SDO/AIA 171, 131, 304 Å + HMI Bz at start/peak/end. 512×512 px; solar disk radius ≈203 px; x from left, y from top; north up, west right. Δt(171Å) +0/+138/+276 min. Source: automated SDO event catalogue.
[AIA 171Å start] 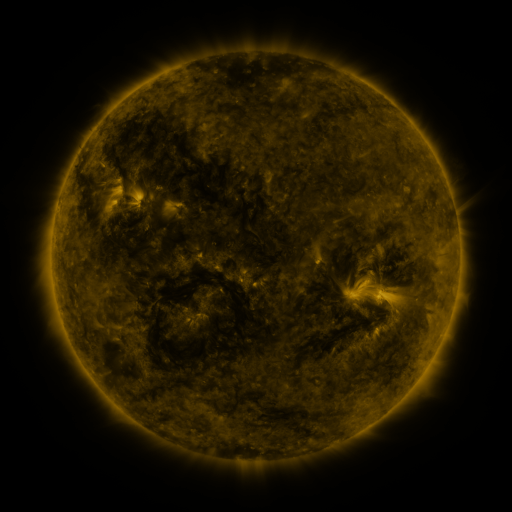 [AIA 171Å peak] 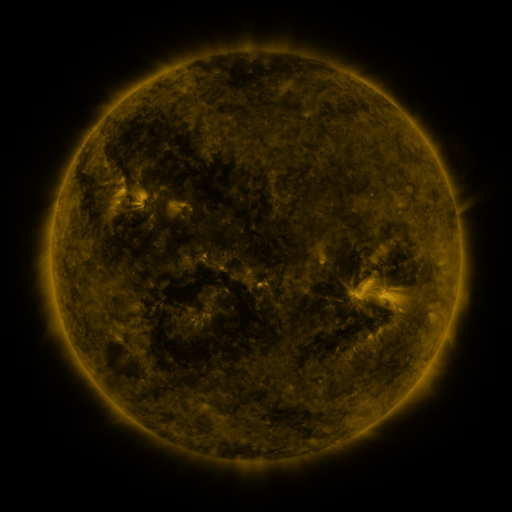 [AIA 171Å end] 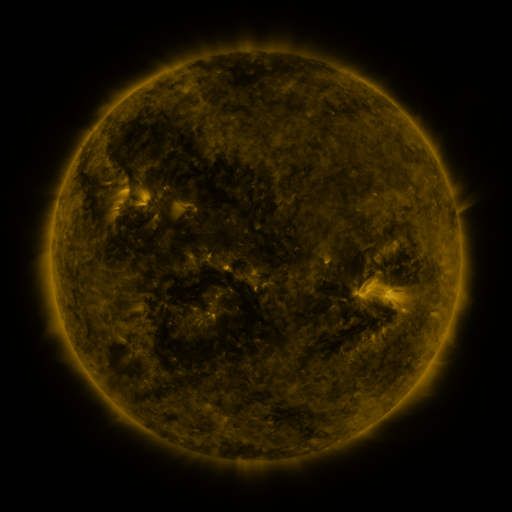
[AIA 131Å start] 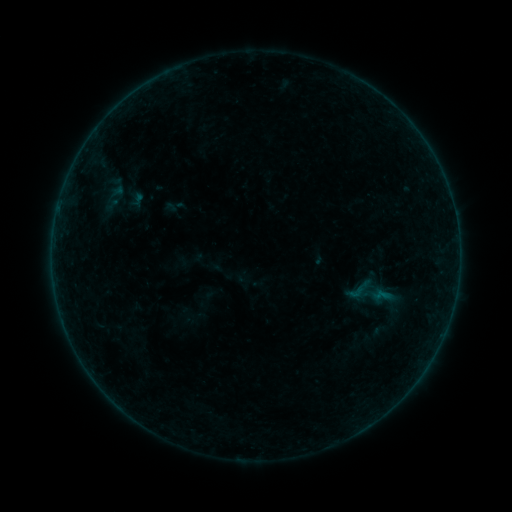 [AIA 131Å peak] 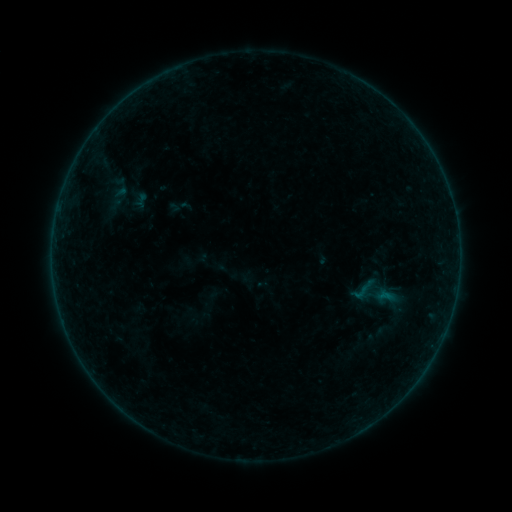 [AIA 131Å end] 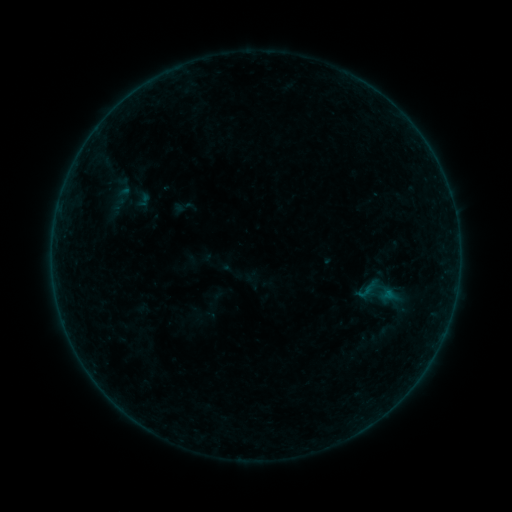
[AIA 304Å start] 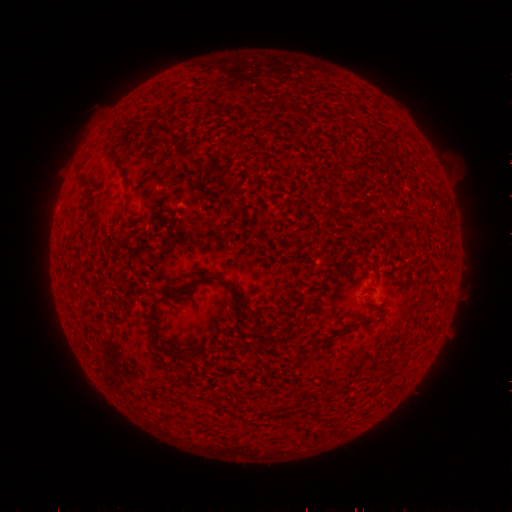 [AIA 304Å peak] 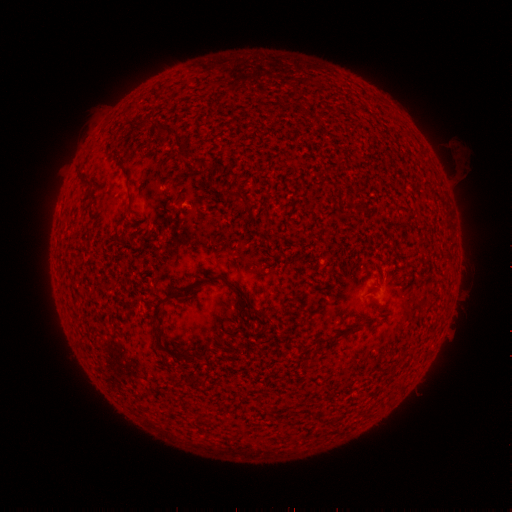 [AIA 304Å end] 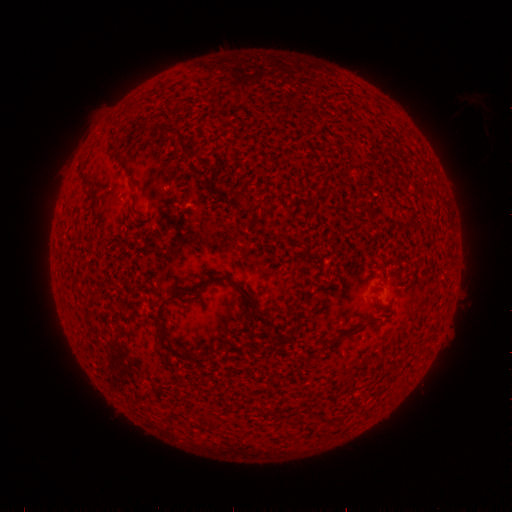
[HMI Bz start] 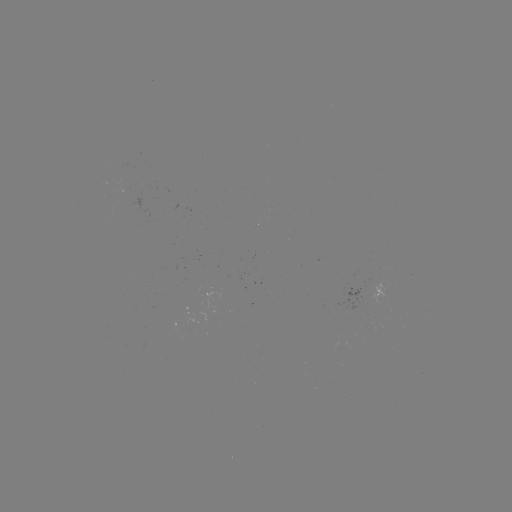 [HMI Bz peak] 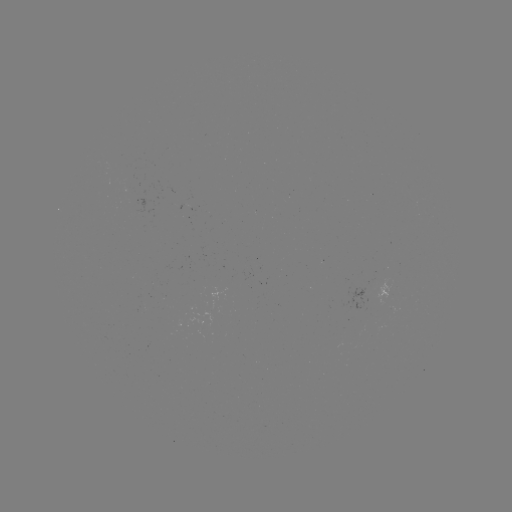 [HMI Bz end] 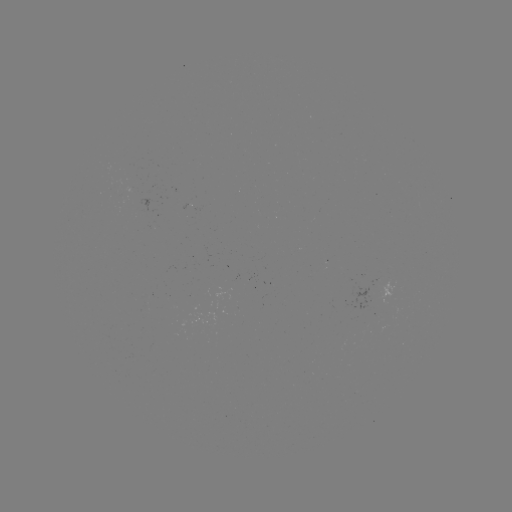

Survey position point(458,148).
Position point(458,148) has filament eruption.